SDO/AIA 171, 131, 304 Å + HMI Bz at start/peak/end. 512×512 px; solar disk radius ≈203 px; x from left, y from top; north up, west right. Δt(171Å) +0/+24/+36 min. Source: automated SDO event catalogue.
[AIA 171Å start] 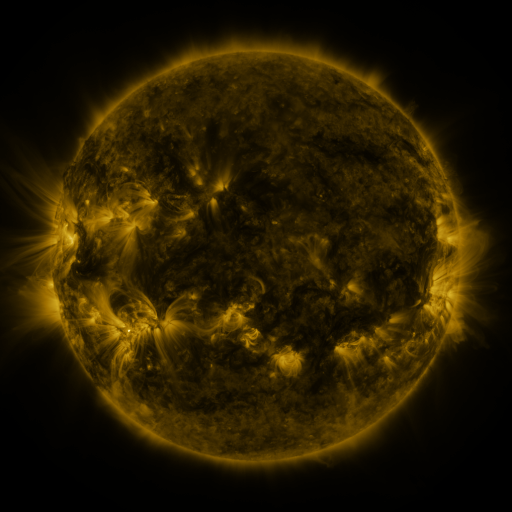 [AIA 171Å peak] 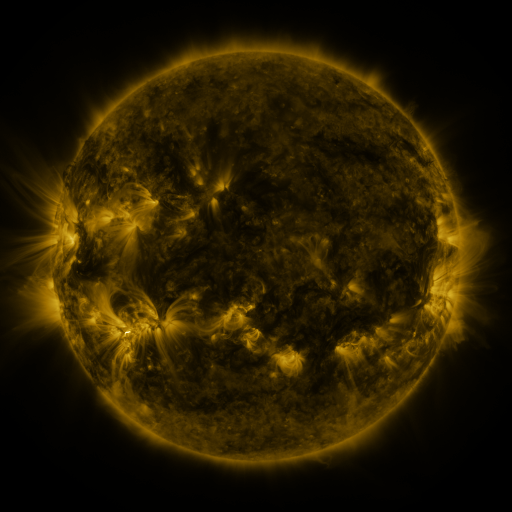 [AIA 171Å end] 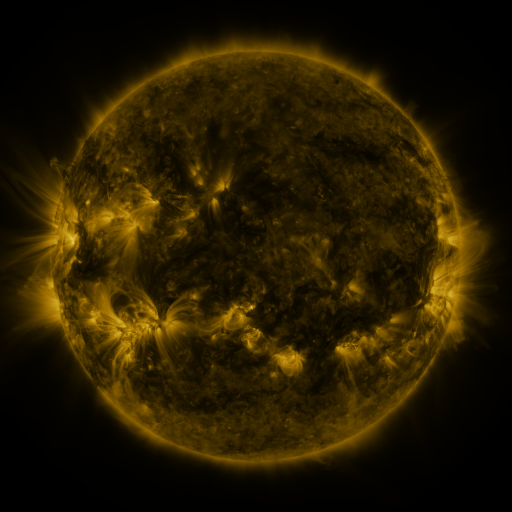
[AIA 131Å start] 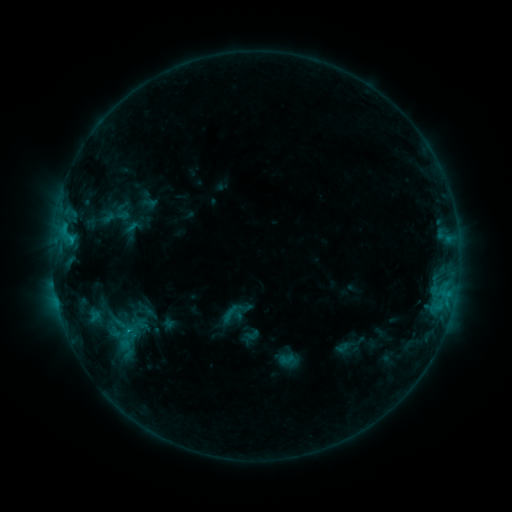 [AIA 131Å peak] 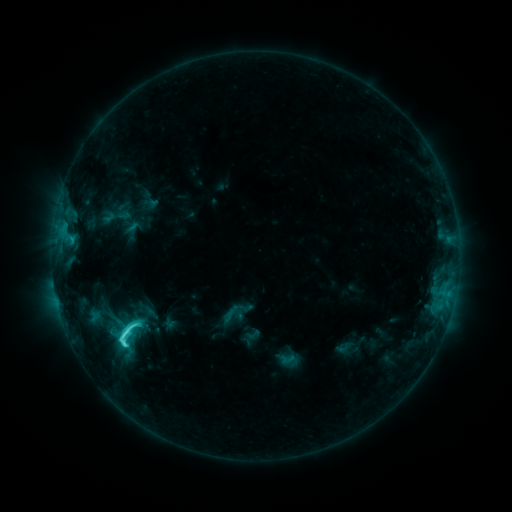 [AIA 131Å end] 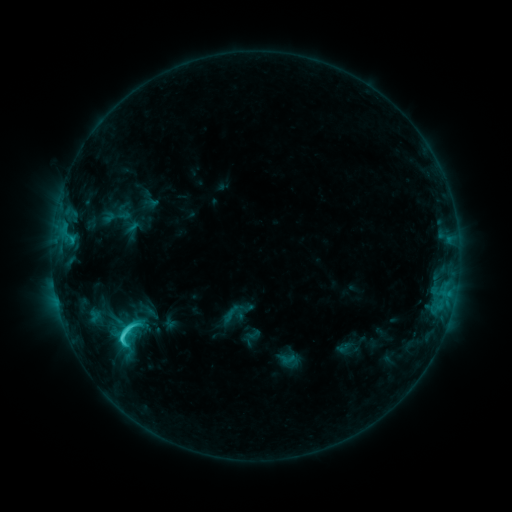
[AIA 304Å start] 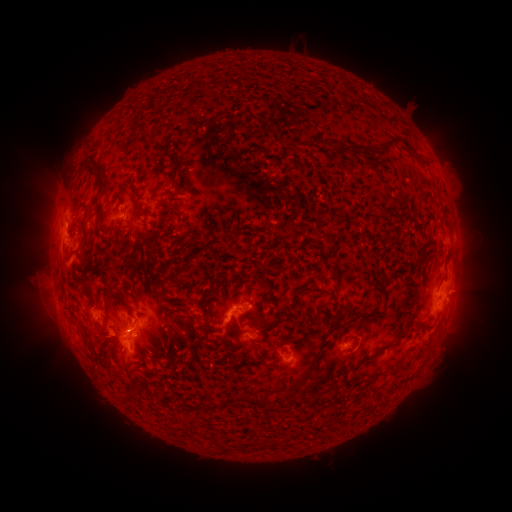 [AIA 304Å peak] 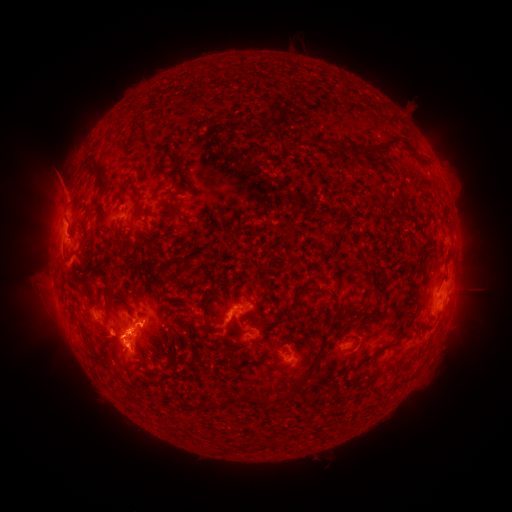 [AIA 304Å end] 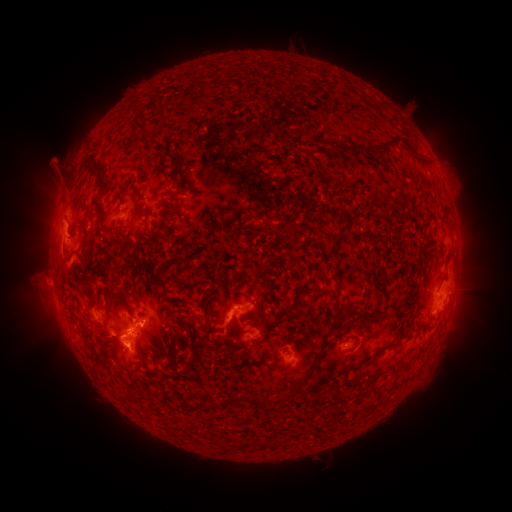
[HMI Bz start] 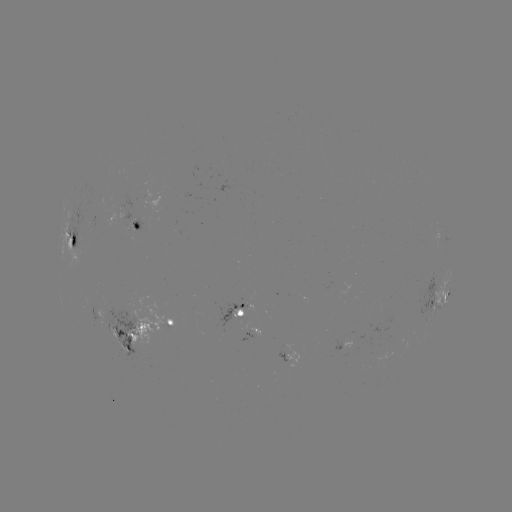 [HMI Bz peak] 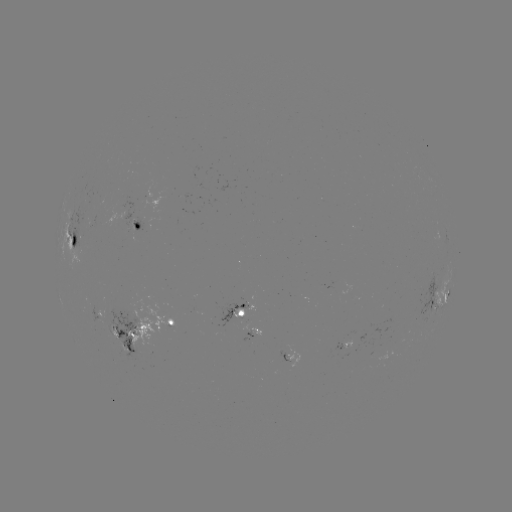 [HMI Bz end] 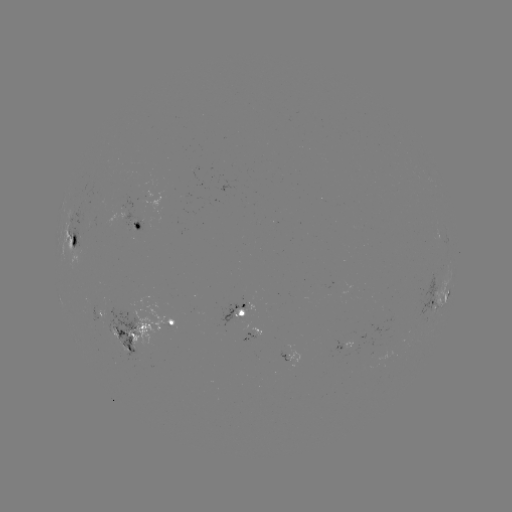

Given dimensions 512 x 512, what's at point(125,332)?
C5.9 flare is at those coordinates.